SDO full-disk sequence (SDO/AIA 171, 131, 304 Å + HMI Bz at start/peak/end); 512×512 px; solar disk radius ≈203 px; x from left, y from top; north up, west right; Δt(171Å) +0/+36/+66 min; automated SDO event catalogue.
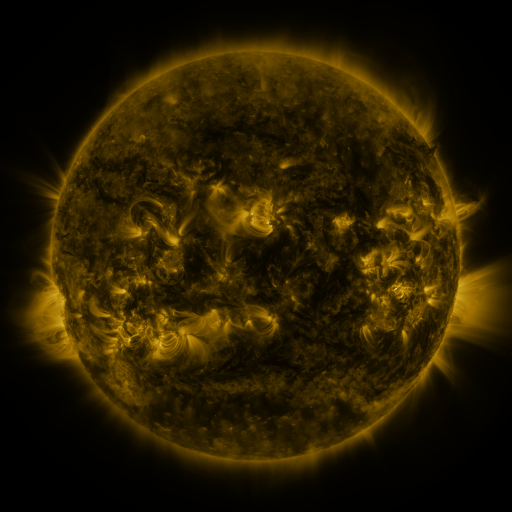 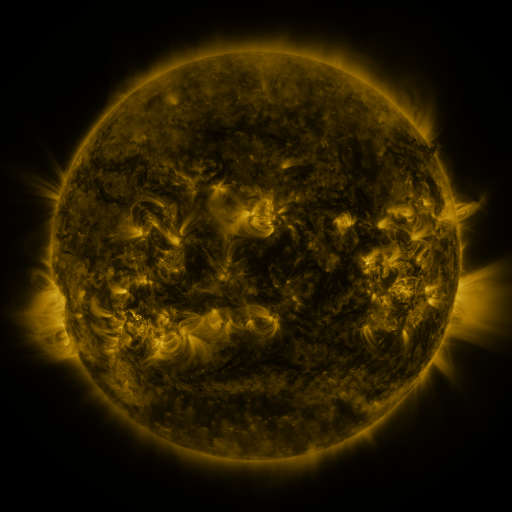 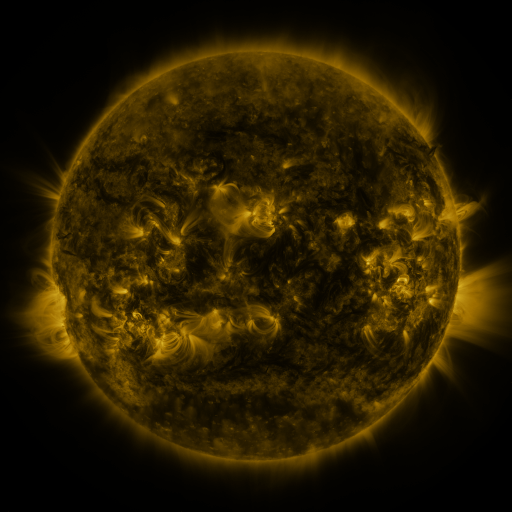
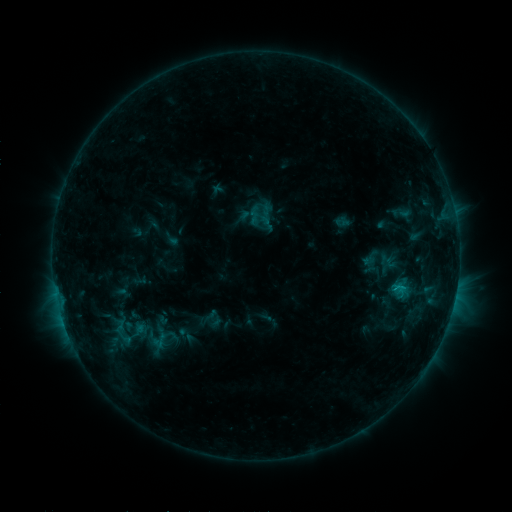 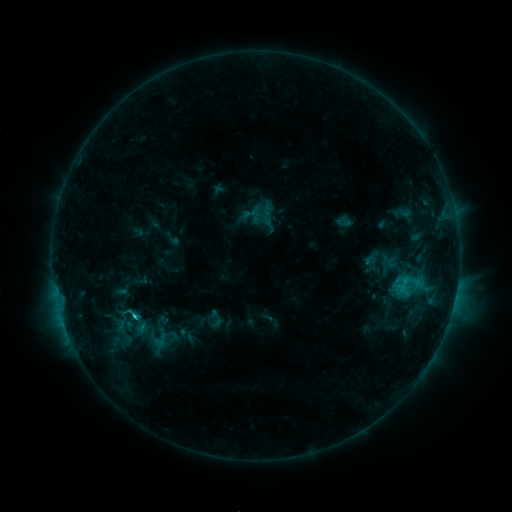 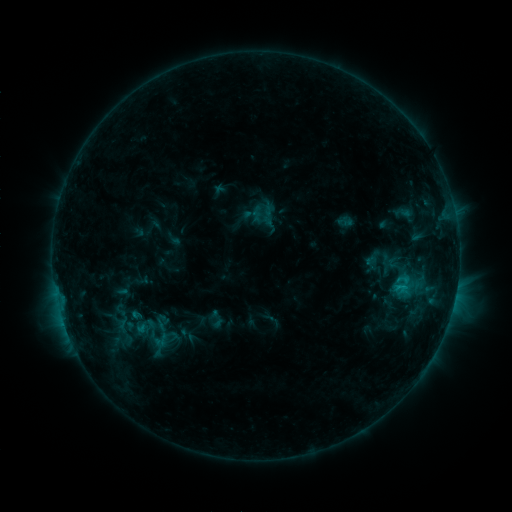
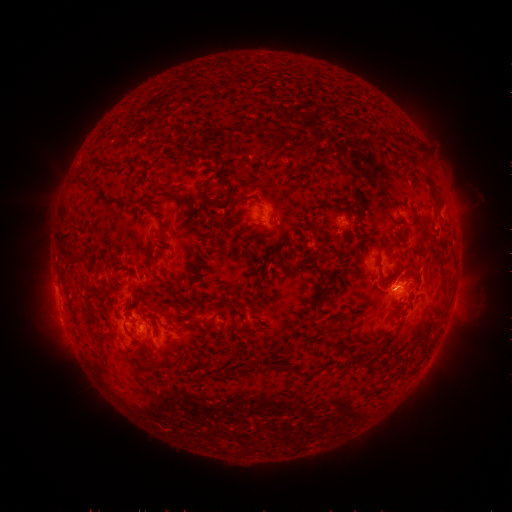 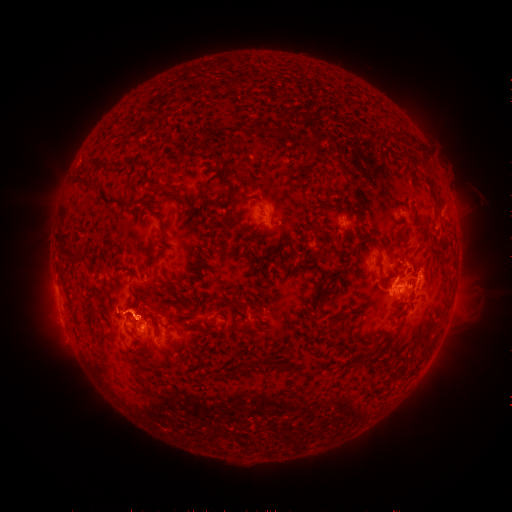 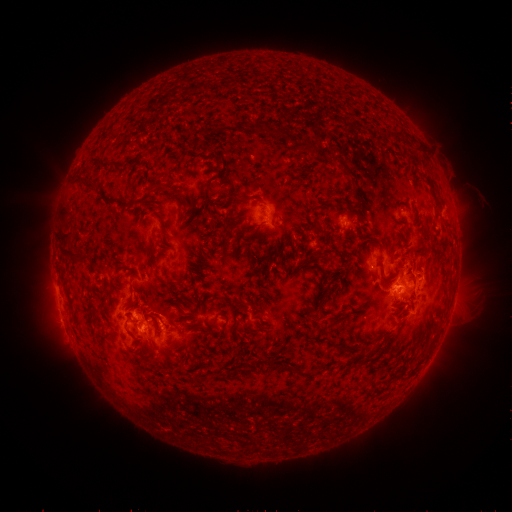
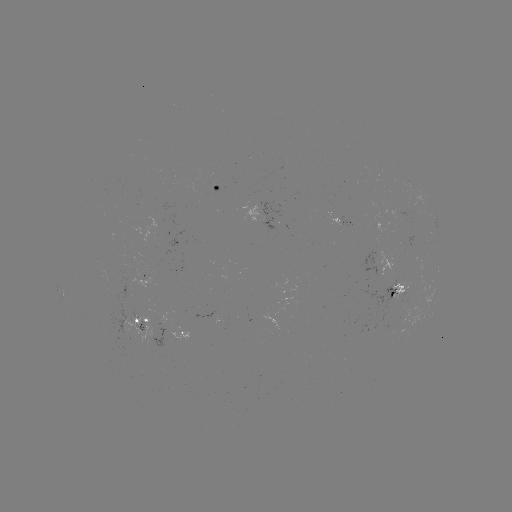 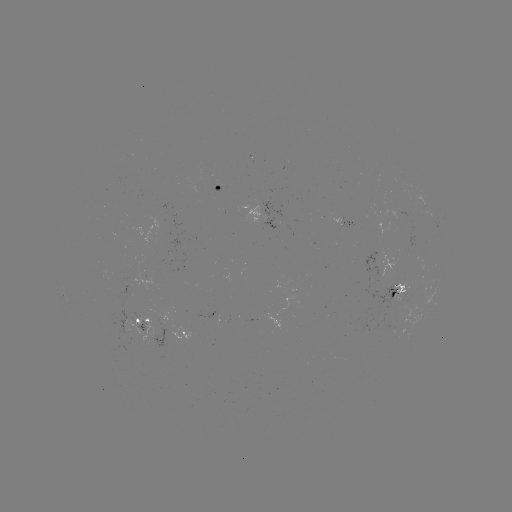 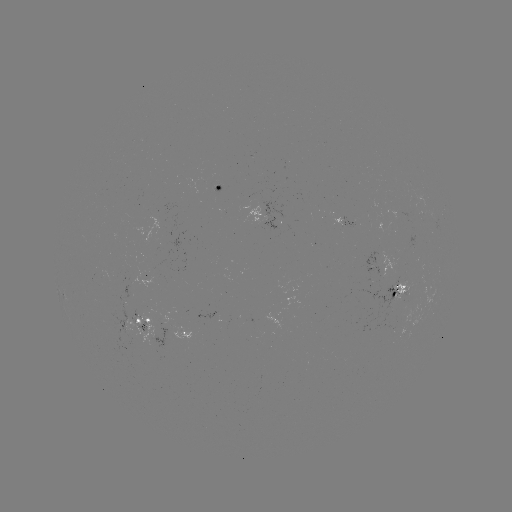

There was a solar flare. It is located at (137, 316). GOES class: C2.3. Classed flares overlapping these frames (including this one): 1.